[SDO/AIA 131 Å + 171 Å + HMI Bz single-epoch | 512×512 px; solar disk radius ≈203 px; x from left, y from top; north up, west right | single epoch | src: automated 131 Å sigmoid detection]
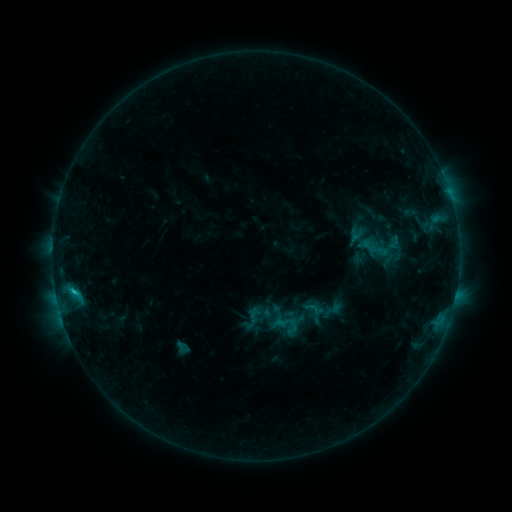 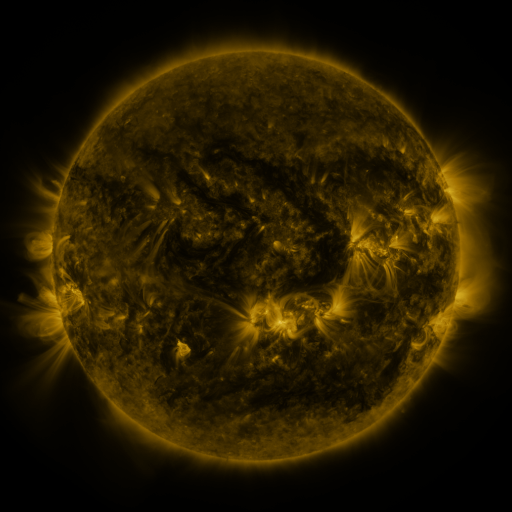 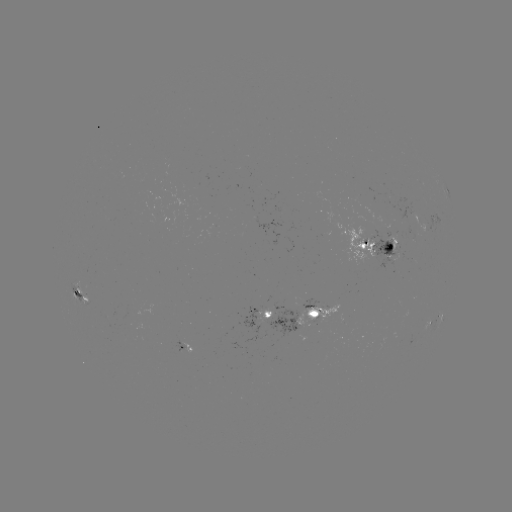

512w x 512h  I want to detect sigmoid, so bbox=[303, 297, 326, 320].